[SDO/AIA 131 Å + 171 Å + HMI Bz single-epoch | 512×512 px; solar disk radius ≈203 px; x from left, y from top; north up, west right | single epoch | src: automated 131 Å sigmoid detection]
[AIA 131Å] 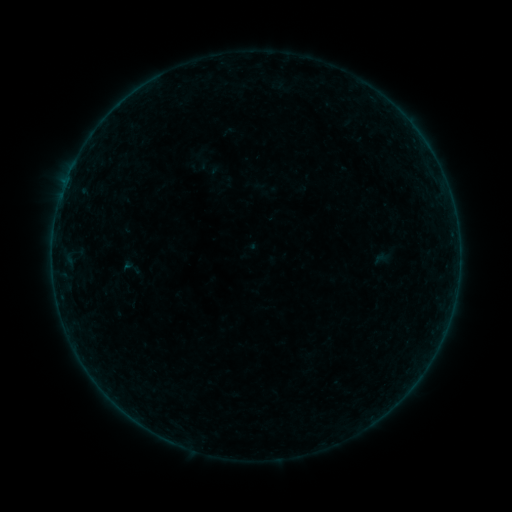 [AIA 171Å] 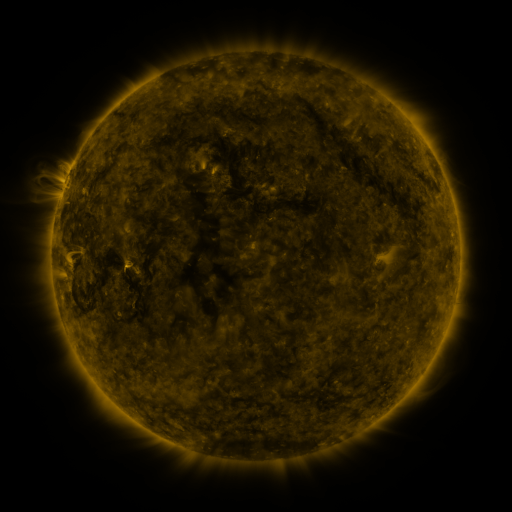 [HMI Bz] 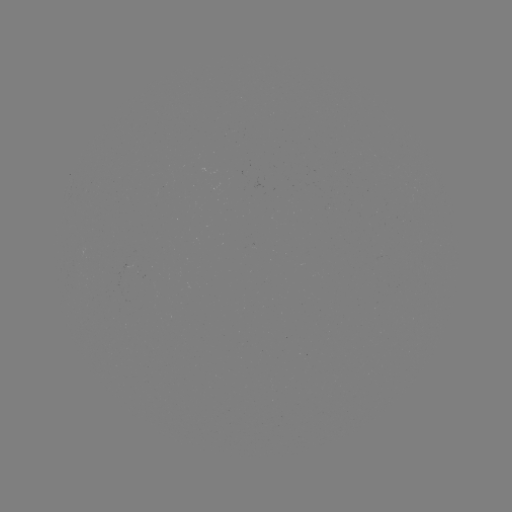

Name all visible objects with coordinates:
sigmoid: [119, 256, 144, 278]
